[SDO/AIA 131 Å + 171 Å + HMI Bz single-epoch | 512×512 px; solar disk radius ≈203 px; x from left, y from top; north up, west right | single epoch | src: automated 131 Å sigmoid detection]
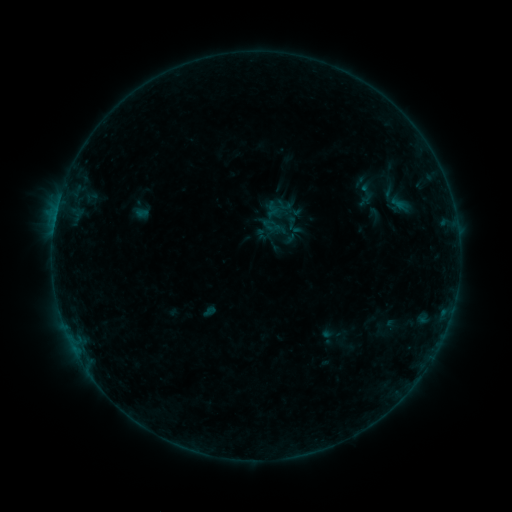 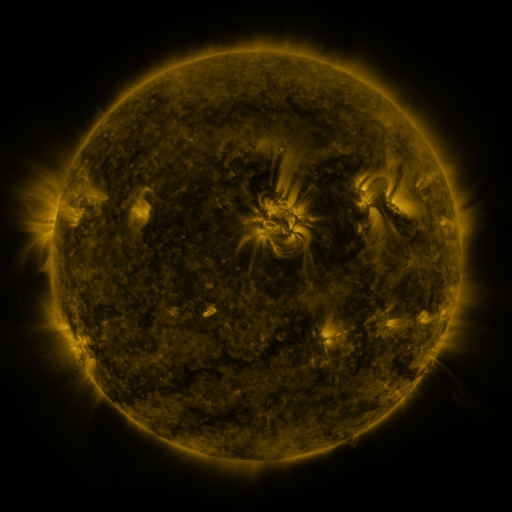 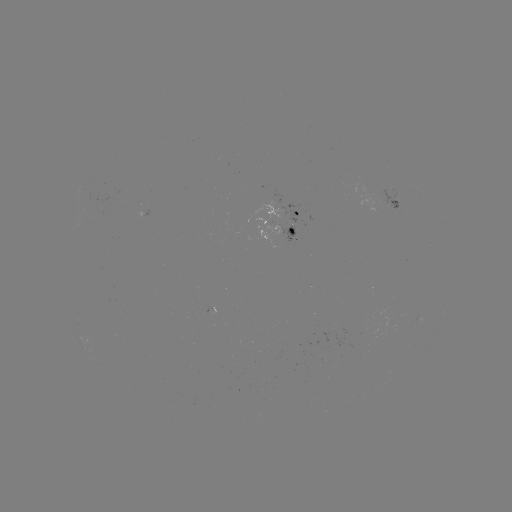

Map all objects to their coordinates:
sigmoid: (352, 183, 380, 203)
sigmoid: (275, 197, 292, 213)
